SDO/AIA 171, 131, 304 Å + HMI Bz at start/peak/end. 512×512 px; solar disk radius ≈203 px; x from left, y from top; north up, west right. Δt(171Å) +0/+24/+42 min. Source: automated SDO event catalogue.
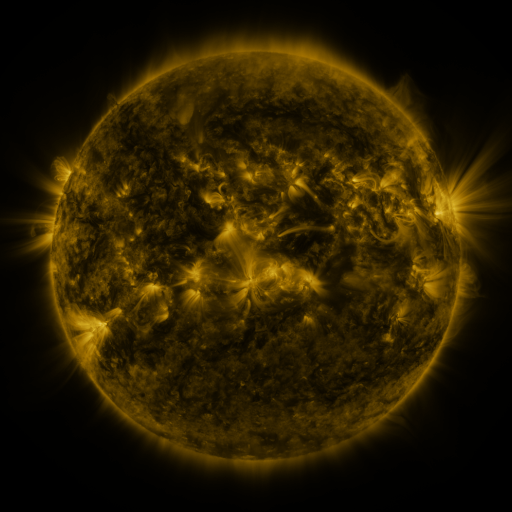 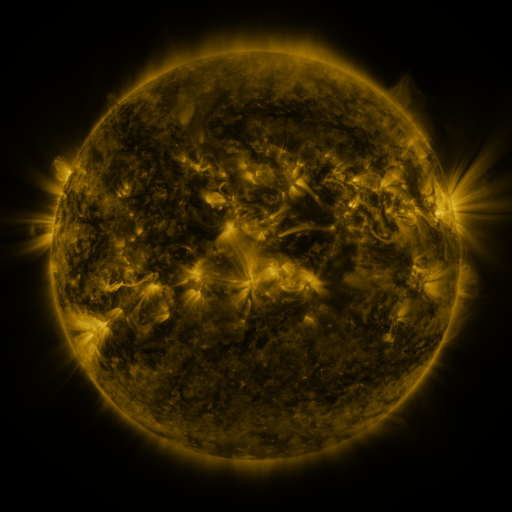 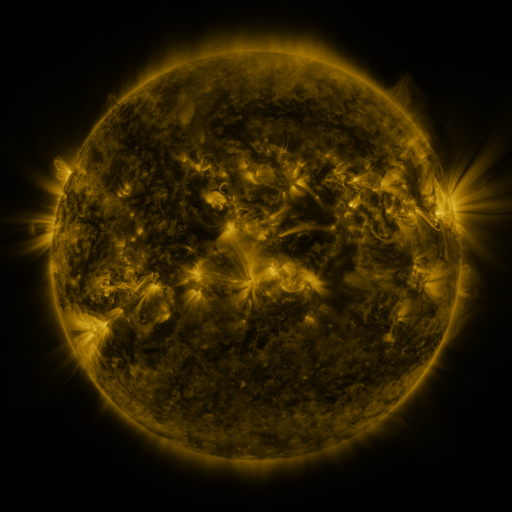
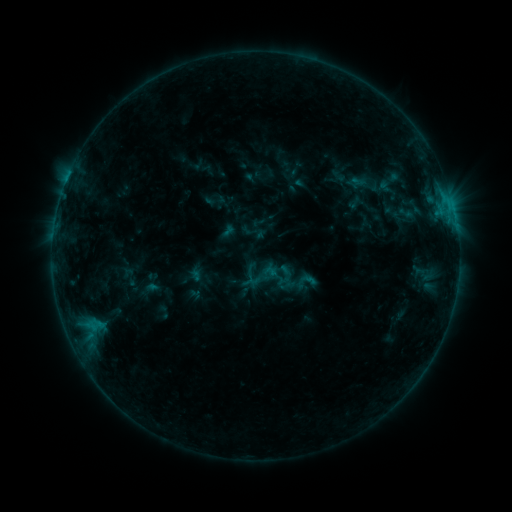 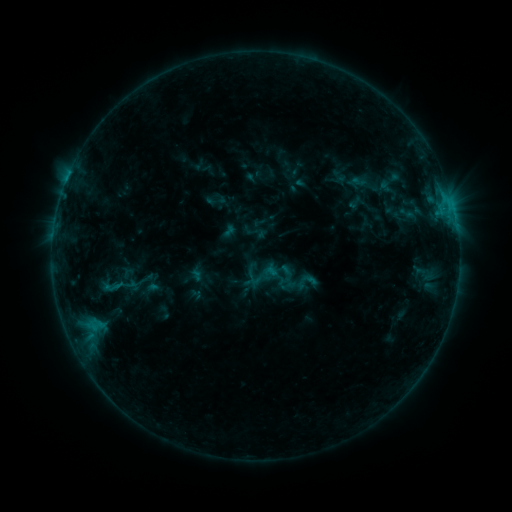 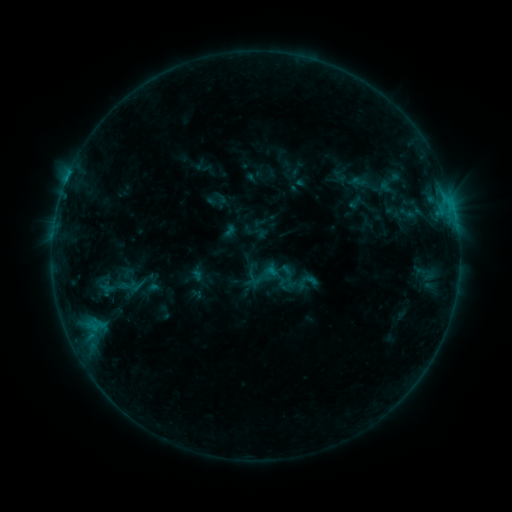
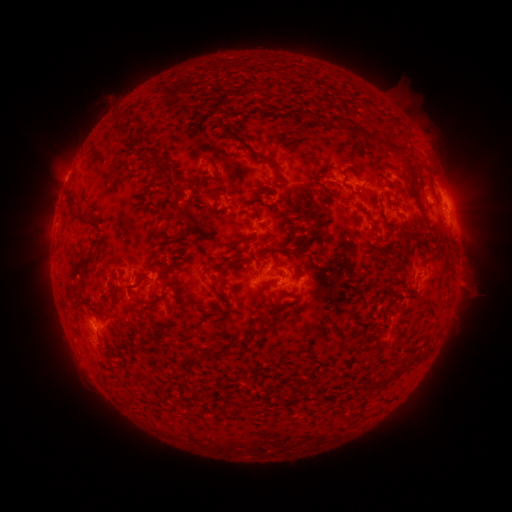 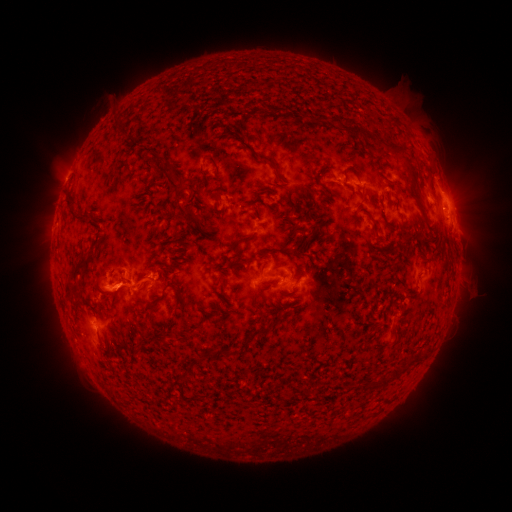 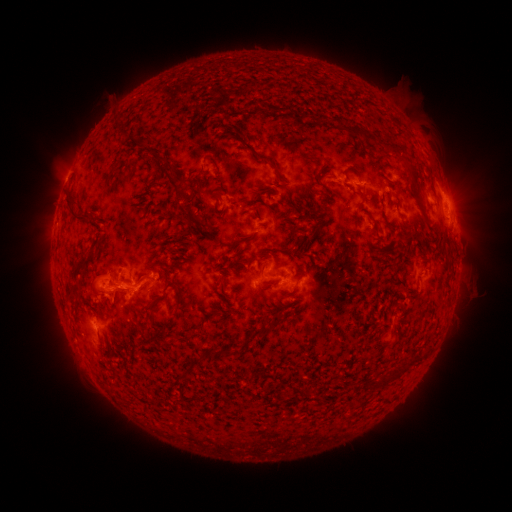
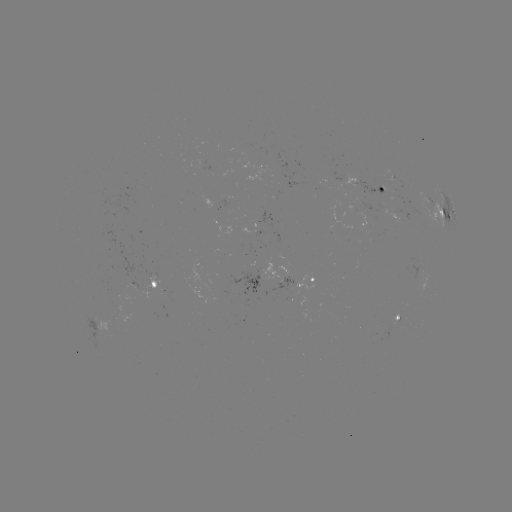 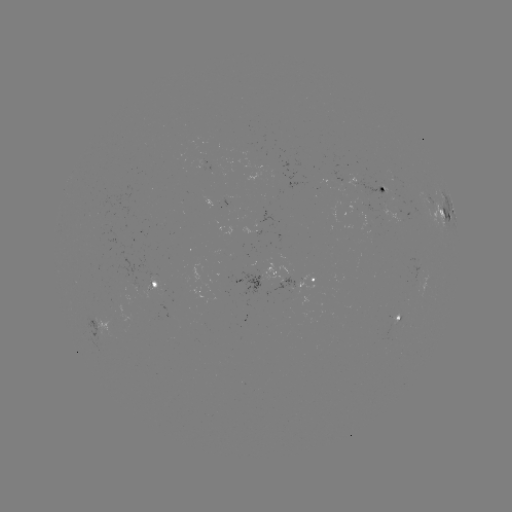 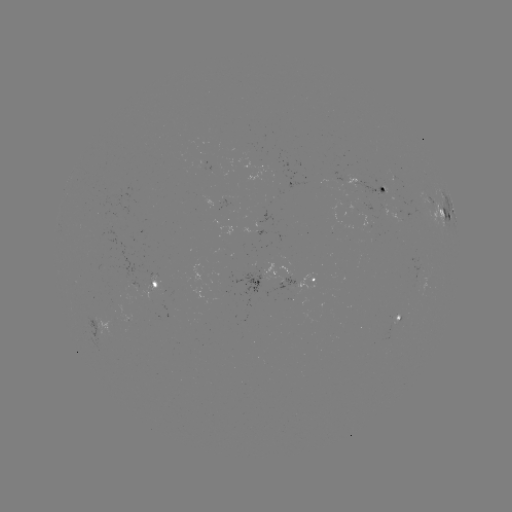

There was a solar eruption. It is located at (112, 290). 